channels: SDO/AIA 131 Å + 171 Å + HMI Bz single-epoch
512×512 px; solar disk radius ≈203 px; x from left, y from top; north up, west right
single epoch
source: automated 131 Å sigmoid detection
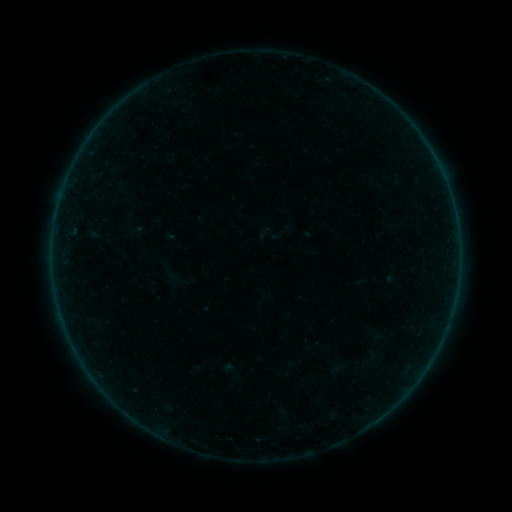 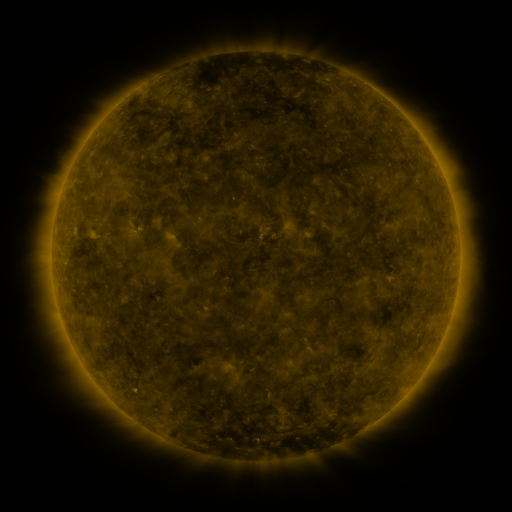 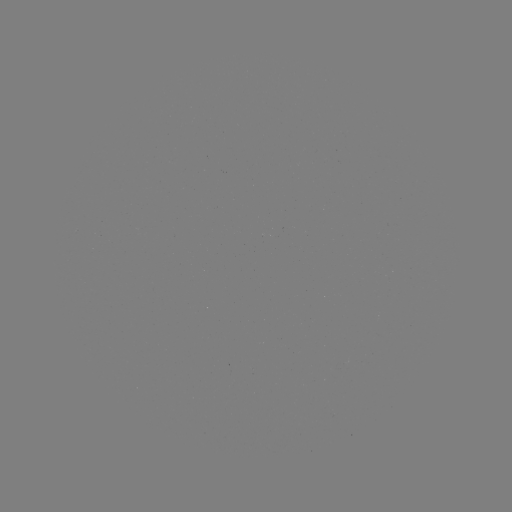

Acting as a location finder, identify sigmoid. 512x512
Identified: [264, 235].